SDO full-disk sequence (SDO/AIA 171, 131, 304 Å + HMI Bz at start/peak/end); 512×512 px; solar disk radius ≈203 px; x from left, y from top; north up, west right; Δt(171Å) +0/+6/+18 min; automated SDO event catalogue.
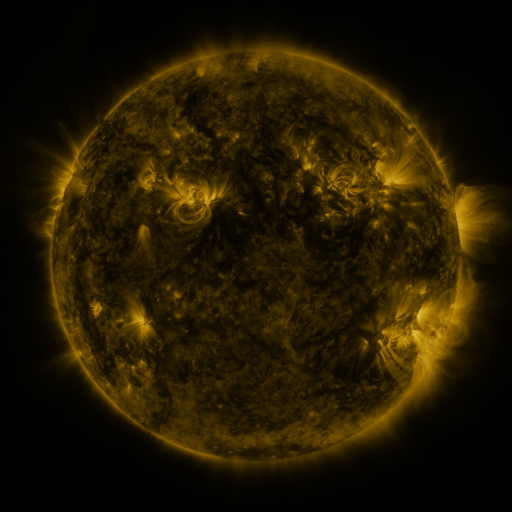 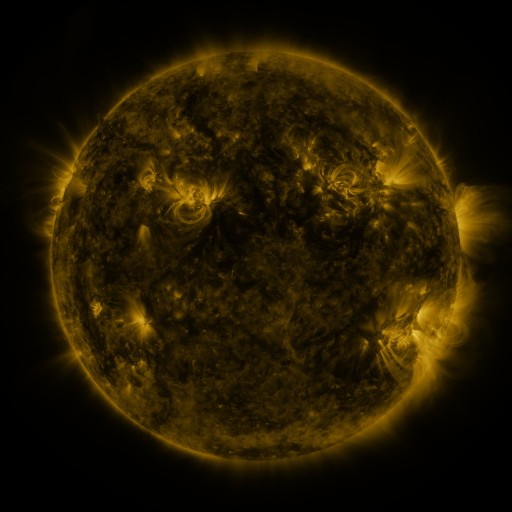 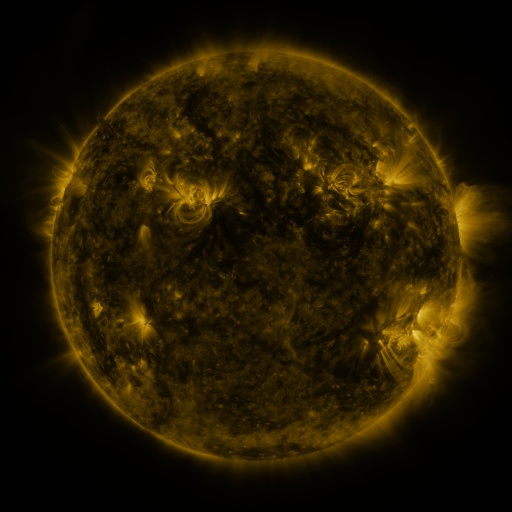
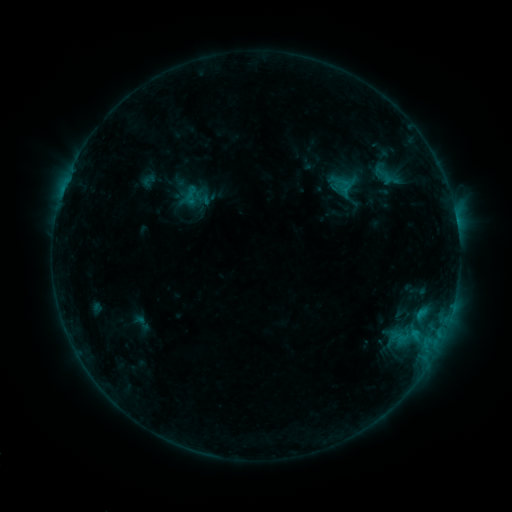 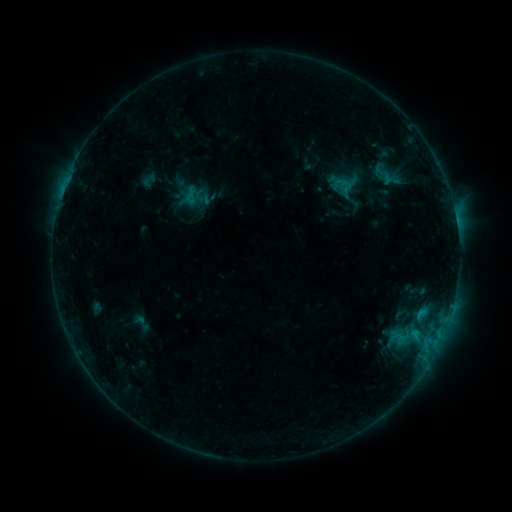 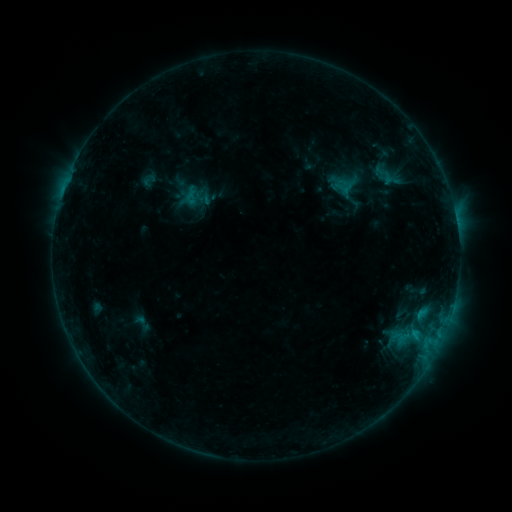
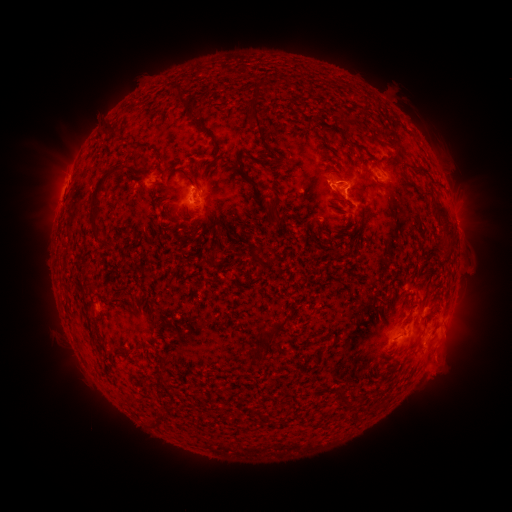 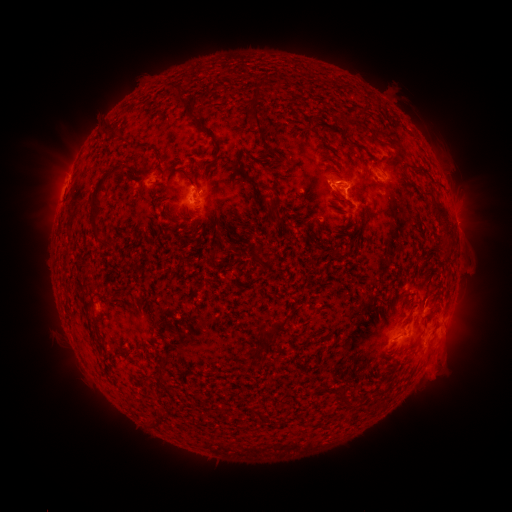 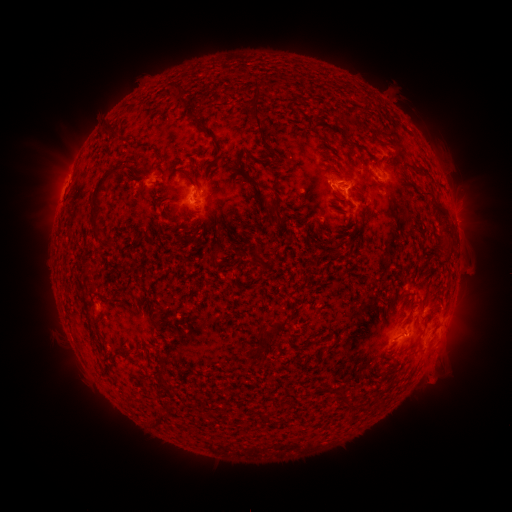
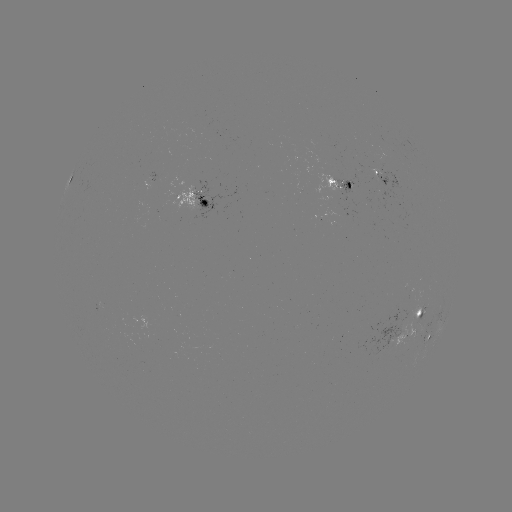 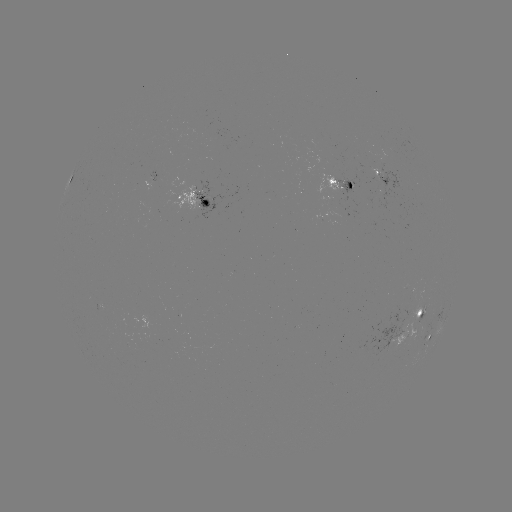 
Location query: eruption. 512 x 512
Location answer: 442,375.